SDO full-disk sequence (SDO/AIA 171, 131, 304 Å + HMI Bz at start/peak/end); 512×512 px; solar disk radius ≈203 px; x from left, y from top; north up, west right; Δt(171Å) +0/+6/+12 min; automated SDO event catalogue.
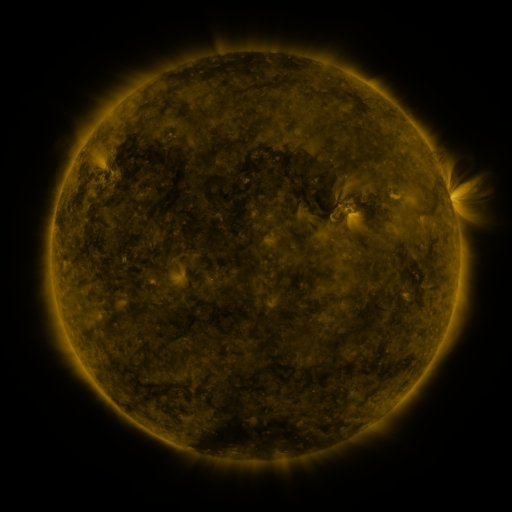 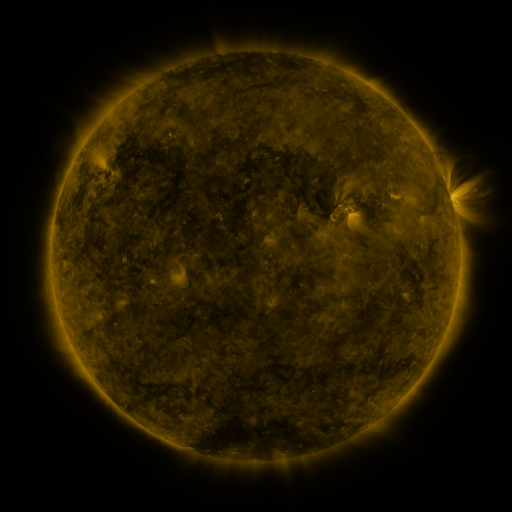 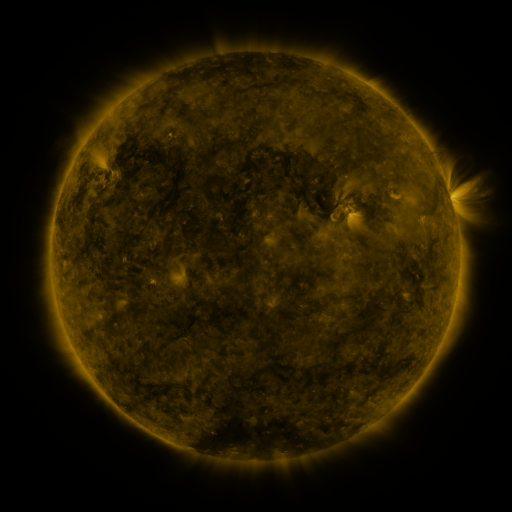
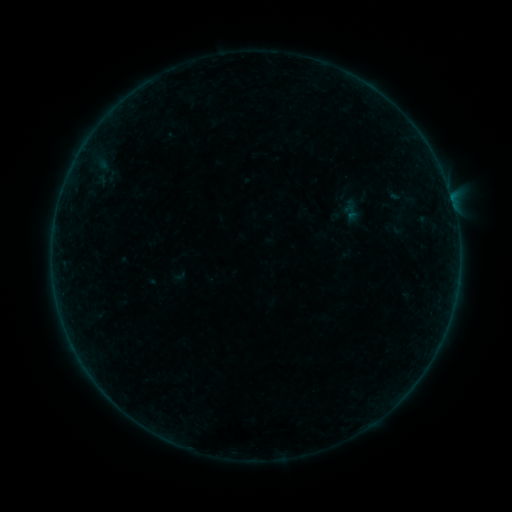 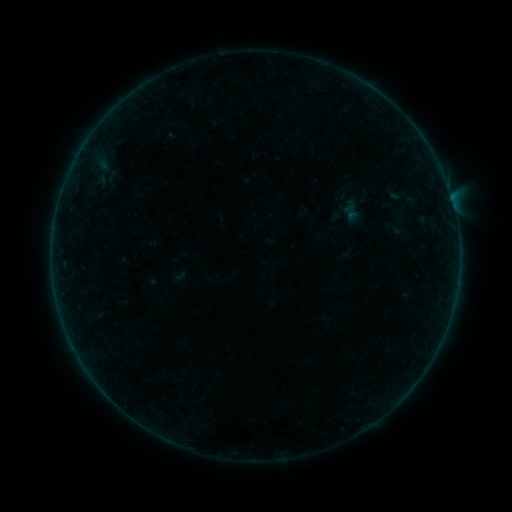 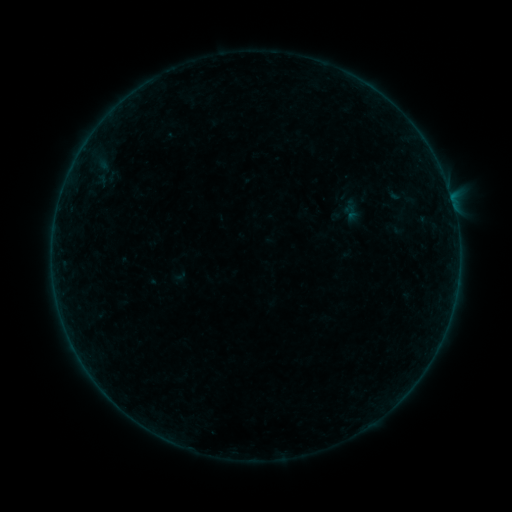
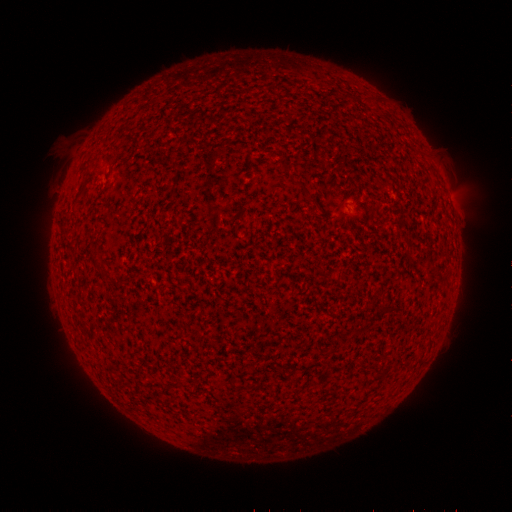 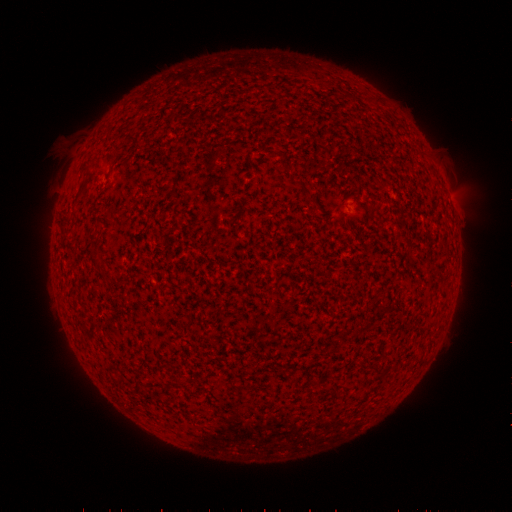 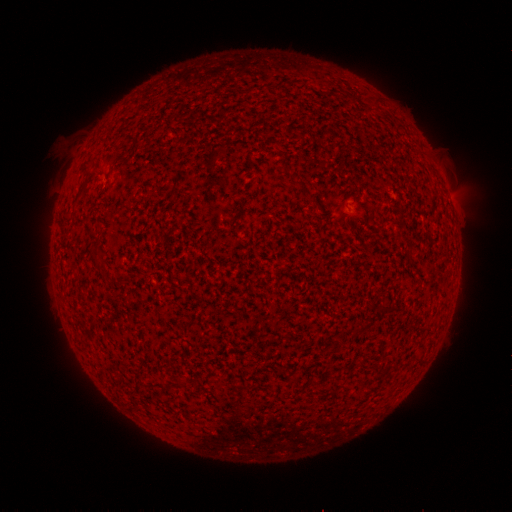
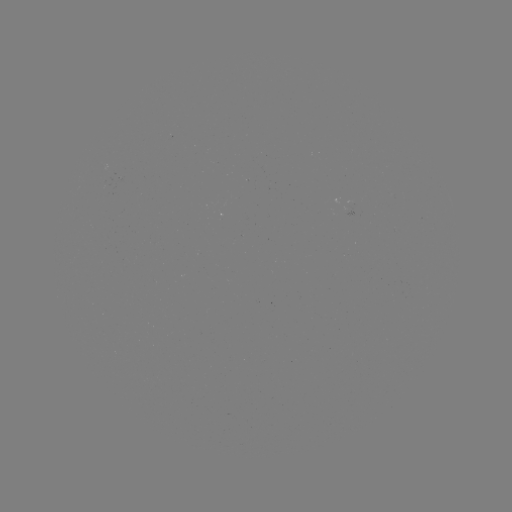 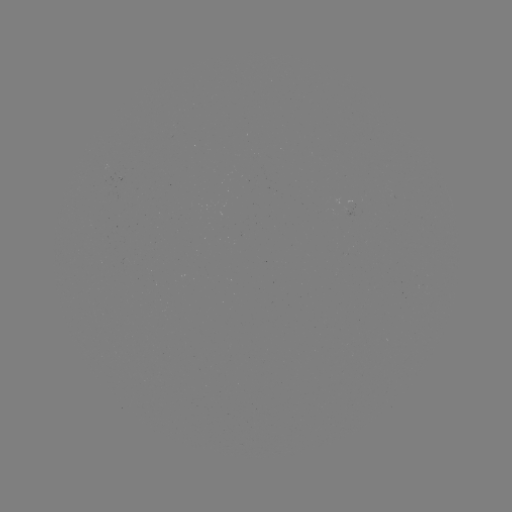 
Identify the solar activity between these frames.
B1.9 flare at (106, 388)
